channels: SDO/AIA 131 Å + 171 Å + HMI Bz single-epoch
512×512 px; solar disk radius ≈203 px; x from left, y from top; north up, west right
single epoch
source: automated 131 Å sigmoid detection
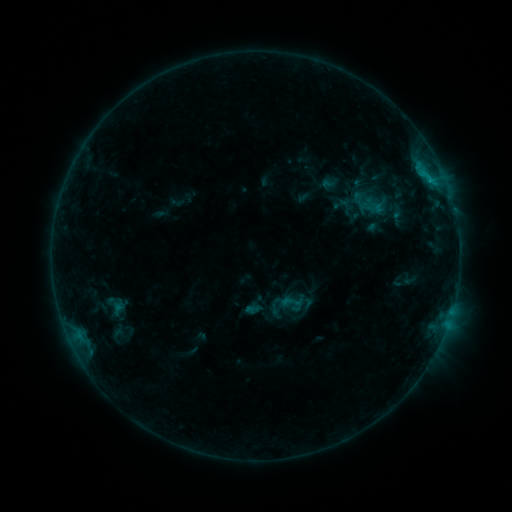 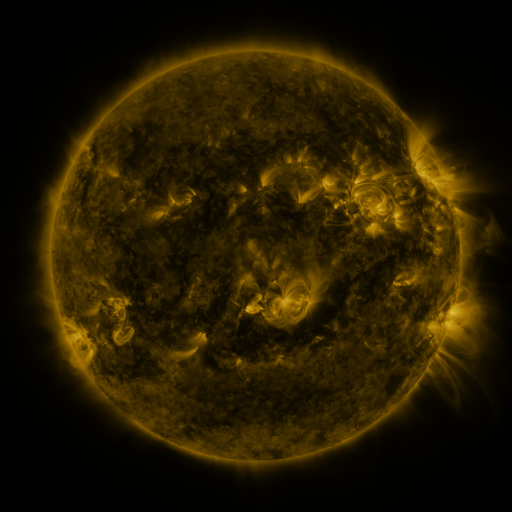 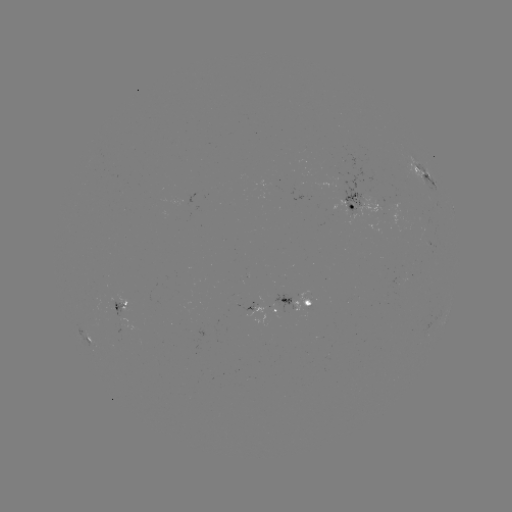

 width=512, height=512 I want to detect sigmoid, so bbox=[280, 290, 303, 314].